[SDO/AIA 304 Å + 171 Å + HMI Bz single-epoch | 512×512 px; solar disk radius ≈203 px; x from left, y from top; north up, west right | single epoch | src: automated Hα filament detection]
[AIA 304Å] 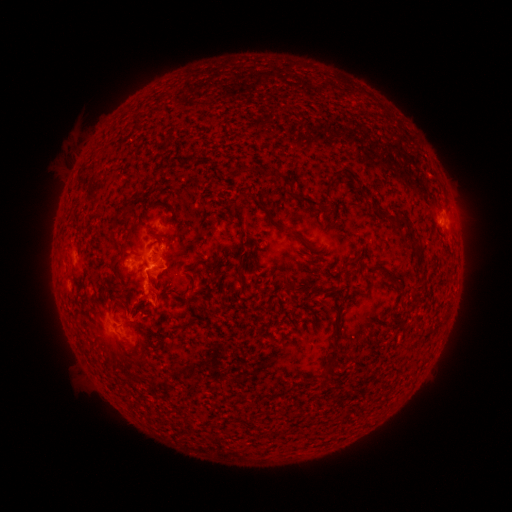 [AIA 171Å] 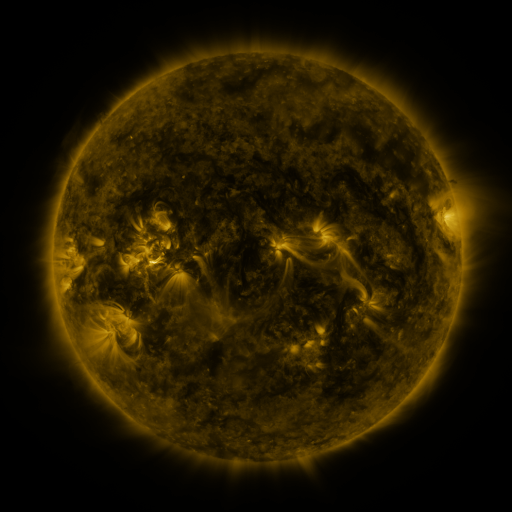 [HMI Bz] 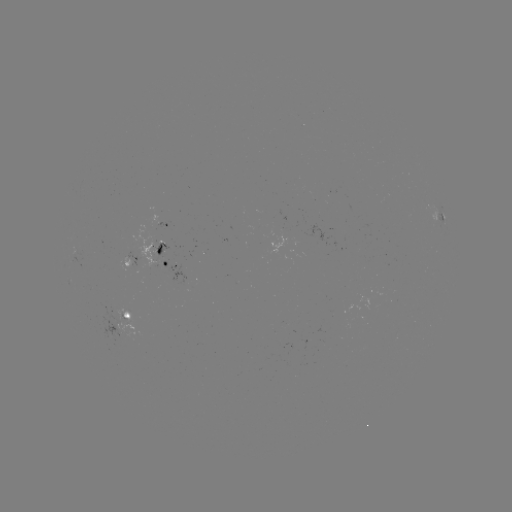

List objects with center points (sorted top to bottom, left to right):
filament: (227, 161, 245, 175)
filament: (290, 188, 319, 205)
filament: (252, 194, 271, 215)
filament: (369, 199, 395, 222)
filament: (394, 211, 409, 227)
filament: (289, 227, 305, 240)
filament: (148, 229, 165, 241)
filament: (407, 232, 421, 253)
filament: (235, 248, 246, 277)
filament: (108, 259, 118, 274)
filament: (202, 259, 210, 272)
filament: (414, 262, 424, 270)
filament: (377, 263, 400, 283)
filament: (186, 269, 195, 290)
filament: (285, 275, 295, 287)
filament: (328, 297, 342, 335)
filament: (131, 351, 148, 363)
filament: (324, 354, 339, 367)
